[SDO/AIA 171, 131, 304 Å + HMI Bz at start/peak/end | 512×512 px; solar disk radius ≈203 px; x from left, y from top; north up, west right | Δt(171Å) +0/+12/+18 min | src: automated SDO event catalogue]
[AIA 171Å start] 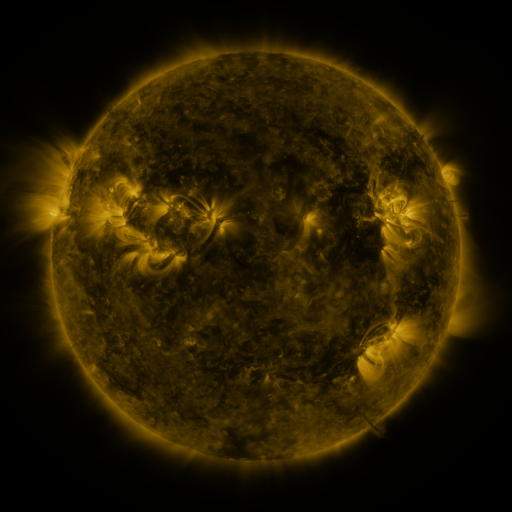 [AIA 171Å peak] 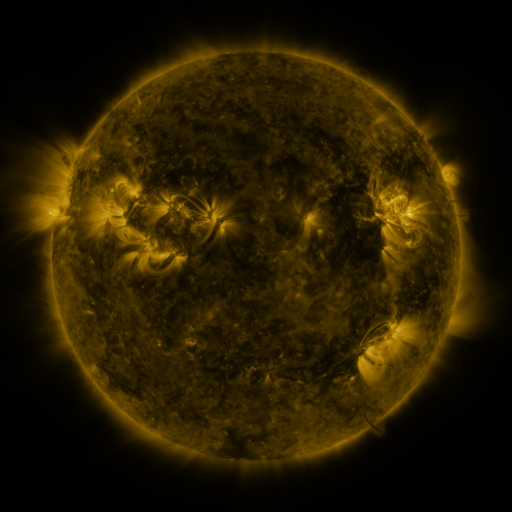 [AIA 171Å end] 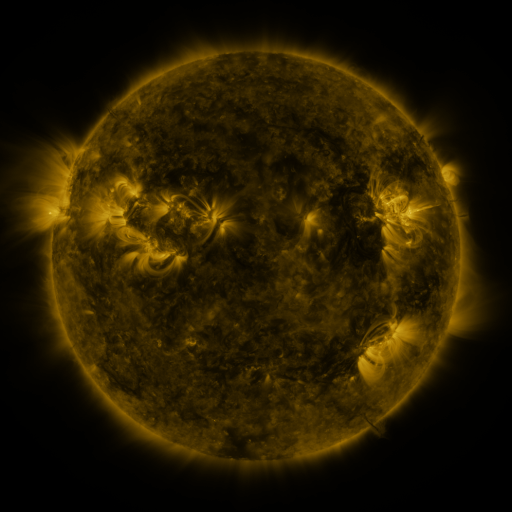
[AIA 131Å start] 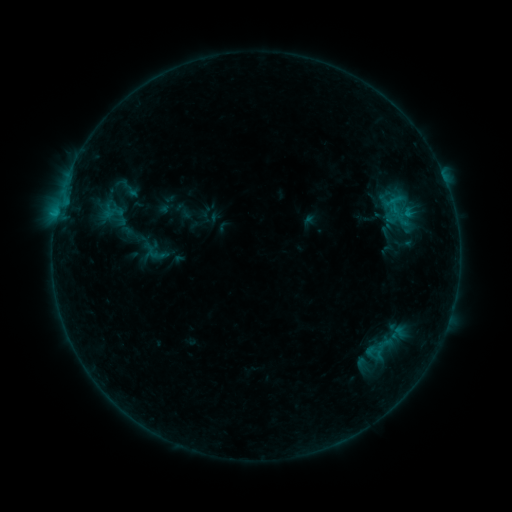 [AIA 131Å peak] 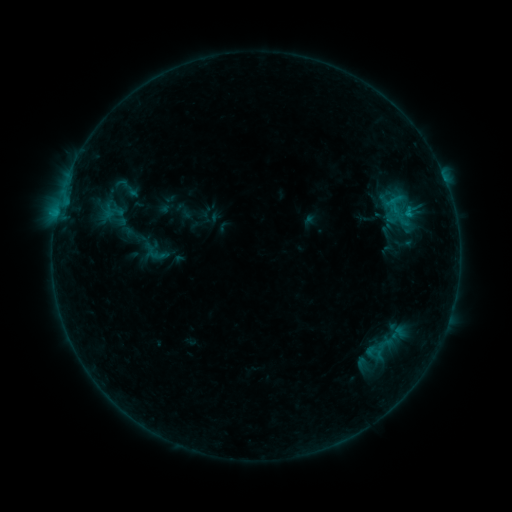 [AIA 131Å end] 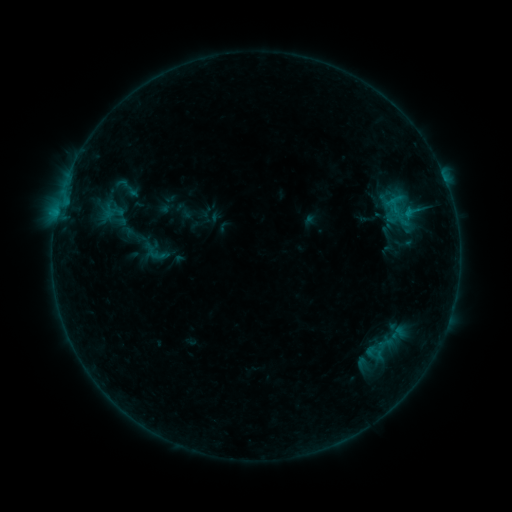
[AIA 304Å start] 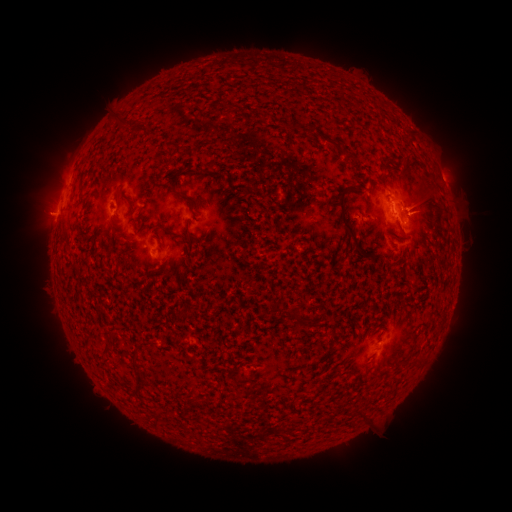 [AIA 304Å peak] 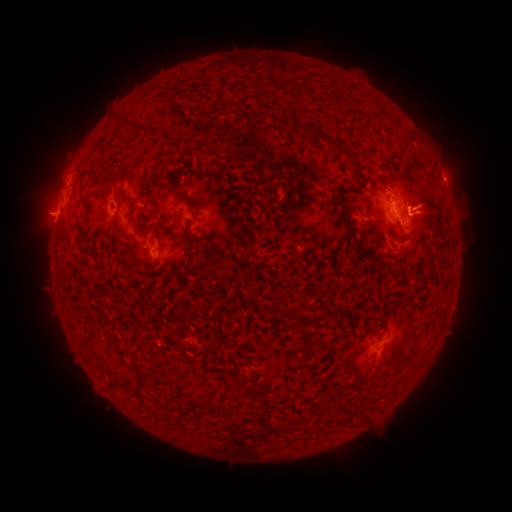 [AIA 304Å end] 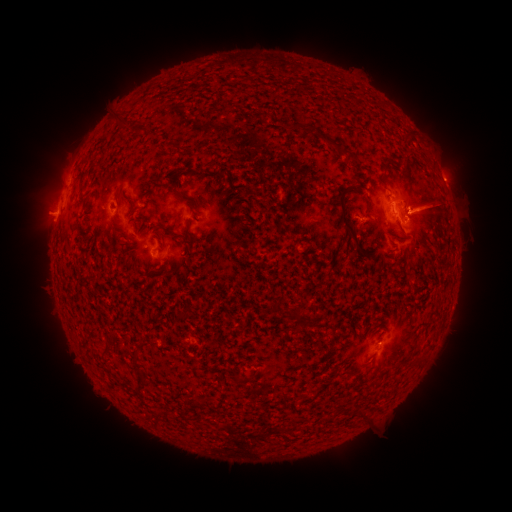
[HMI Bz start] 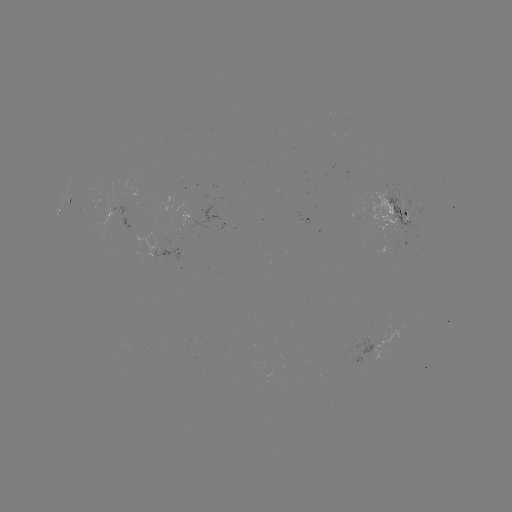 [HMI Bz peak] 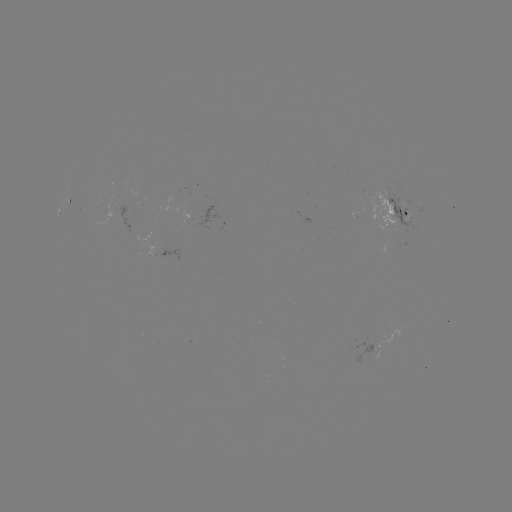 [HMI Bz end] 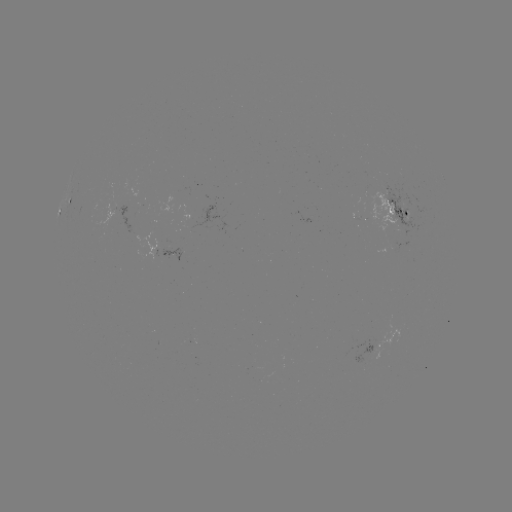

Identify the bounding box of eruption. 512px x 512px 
[399, 157, 495, 243].